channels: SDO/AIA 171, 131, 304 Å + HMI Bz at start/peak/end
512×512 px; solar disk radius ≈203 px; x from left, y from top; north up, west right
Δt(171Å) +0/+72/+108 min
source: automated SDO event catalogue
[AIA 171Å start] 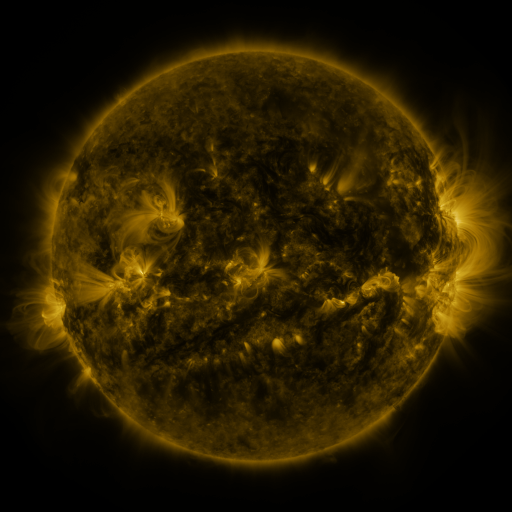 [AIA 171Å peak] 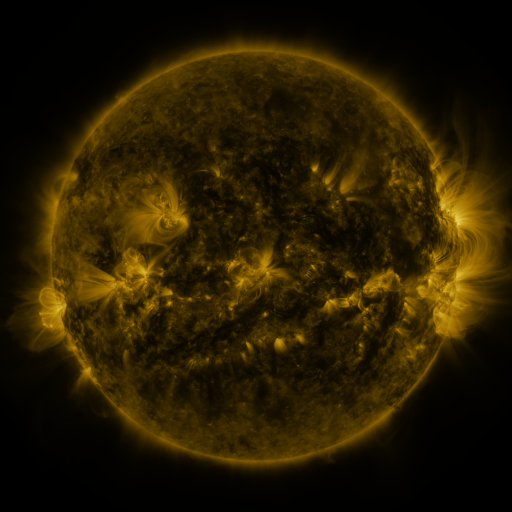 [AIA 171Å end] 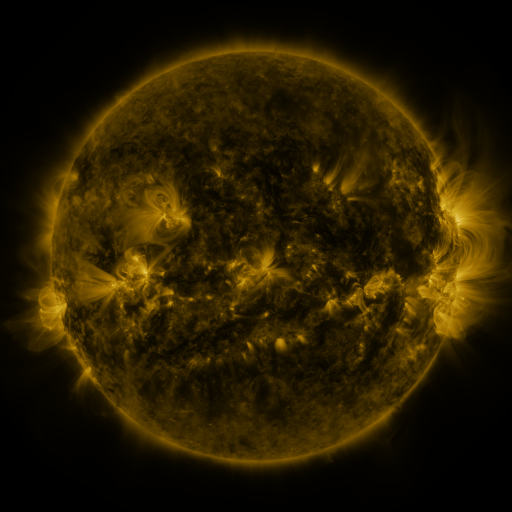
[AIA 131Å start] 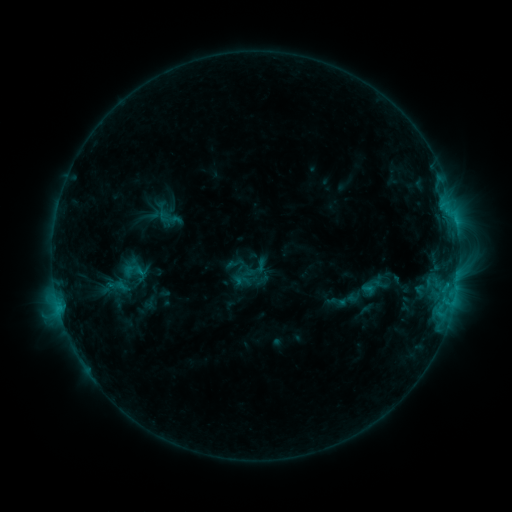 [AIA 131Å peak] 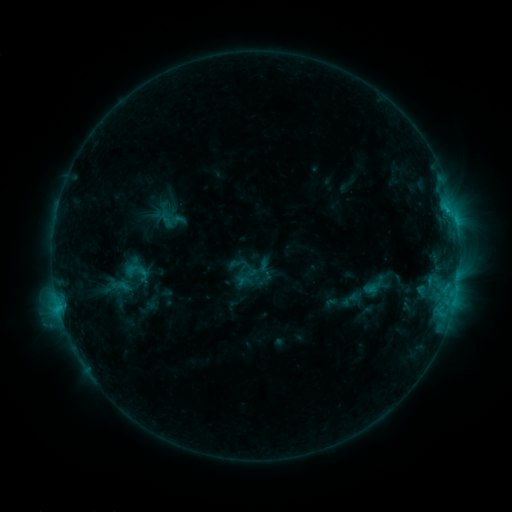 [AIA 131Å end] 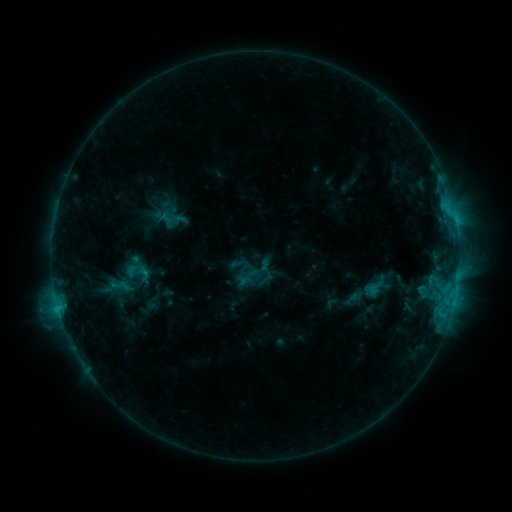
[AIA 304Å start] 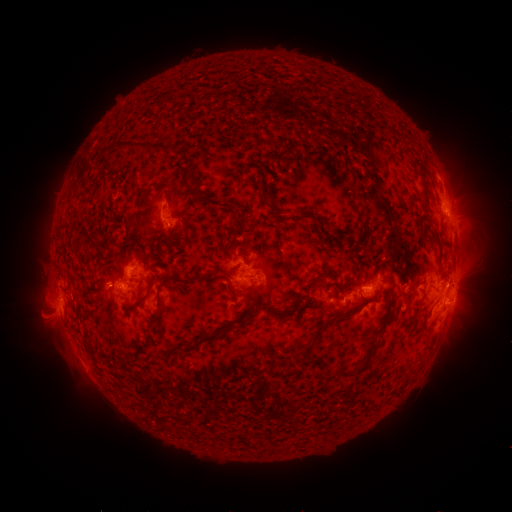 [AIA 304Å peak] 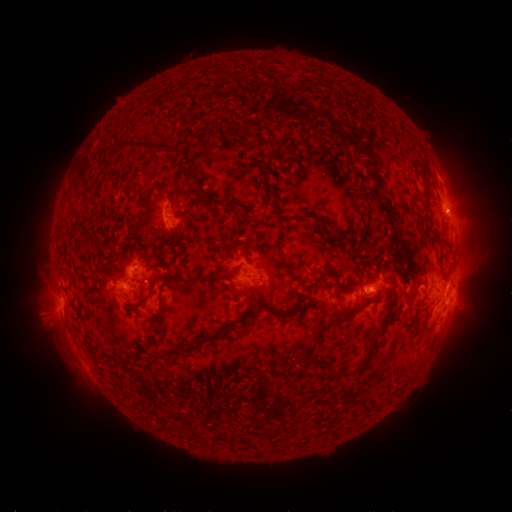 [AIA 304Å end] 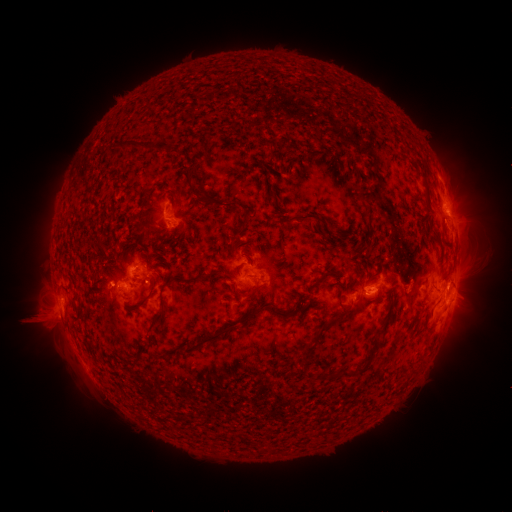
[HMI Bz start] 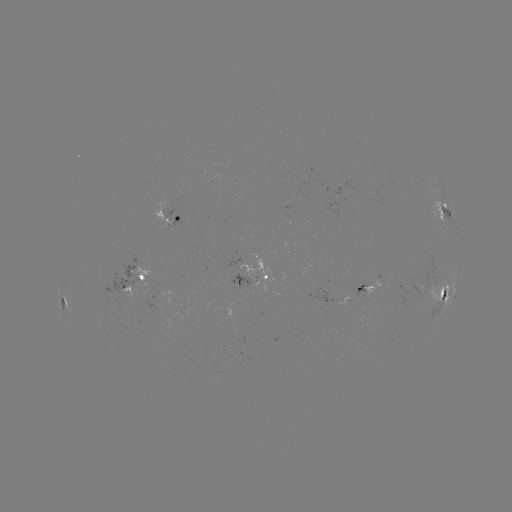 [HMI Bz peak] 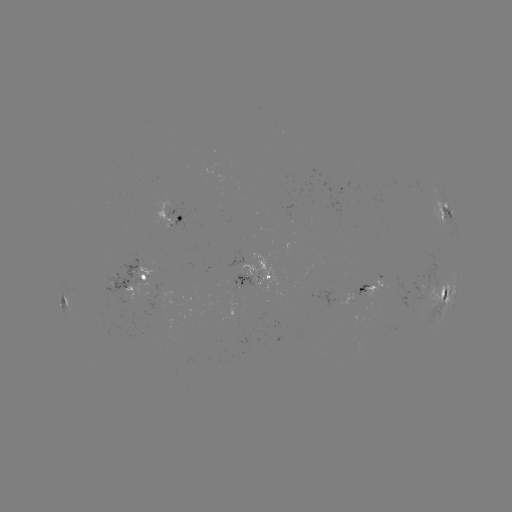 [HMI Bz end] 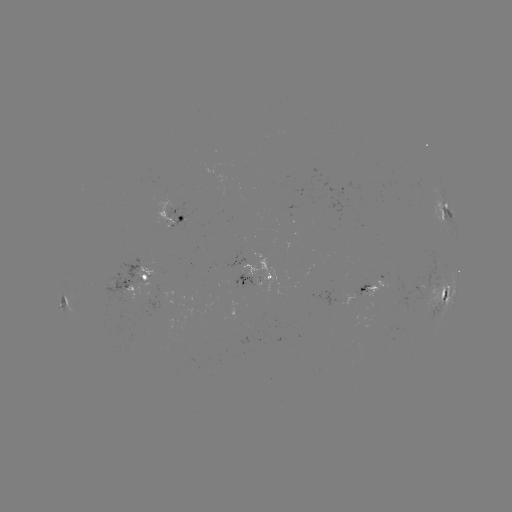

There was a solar emerging-flux region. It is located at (412, 291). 